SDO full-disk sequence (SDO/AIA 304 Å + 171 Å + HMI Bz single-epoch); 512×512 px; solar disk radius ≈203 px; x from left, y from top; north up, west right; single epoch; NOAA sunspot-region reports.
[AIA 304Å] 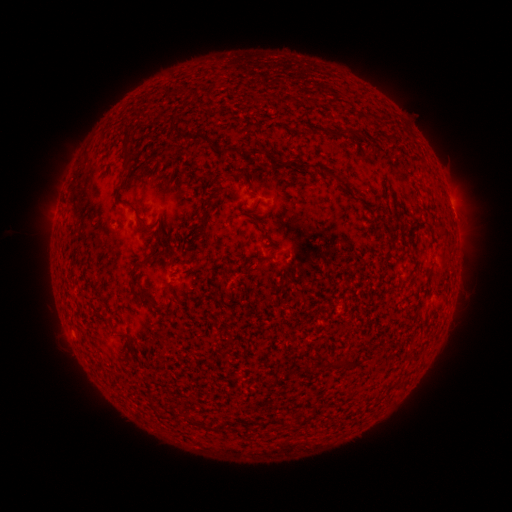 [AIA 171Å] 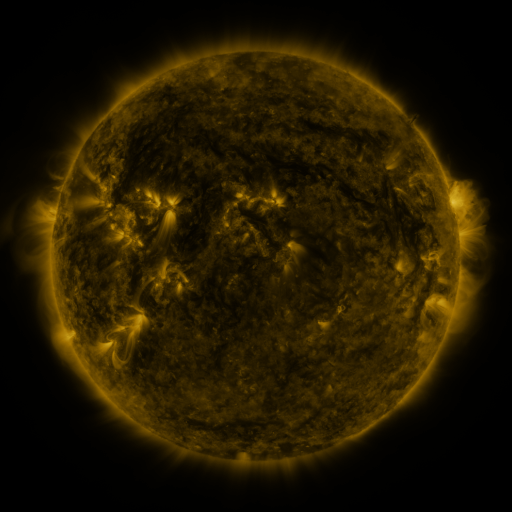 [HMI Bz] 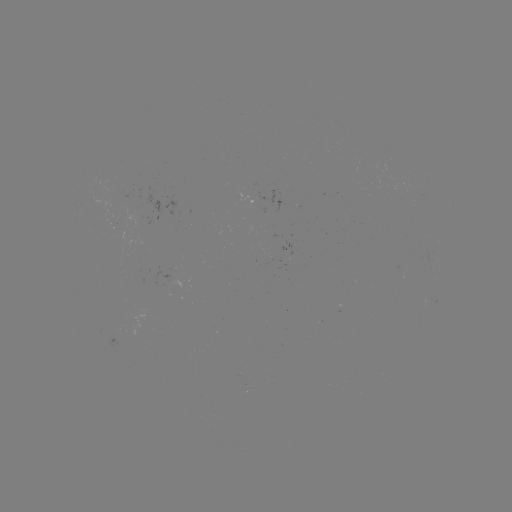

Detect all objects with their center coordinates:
(none)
